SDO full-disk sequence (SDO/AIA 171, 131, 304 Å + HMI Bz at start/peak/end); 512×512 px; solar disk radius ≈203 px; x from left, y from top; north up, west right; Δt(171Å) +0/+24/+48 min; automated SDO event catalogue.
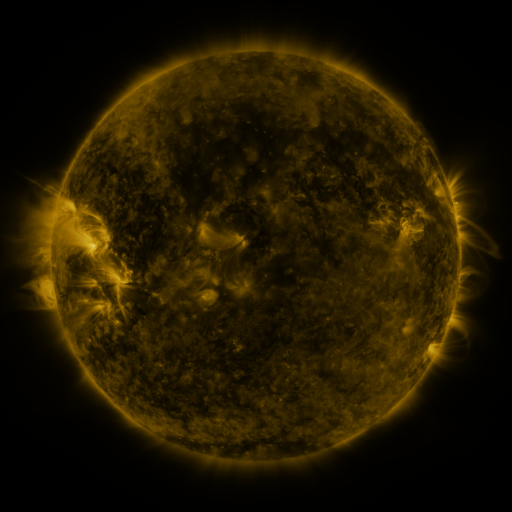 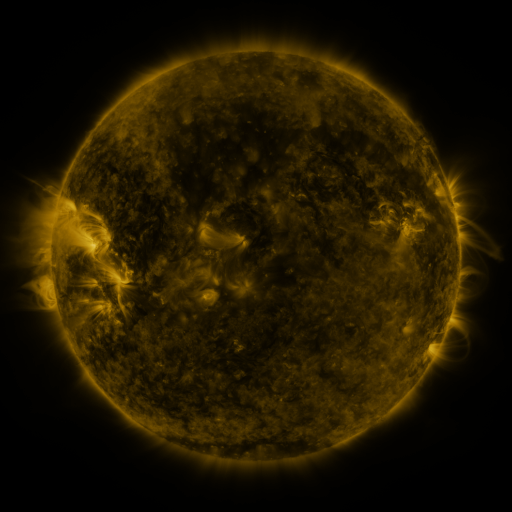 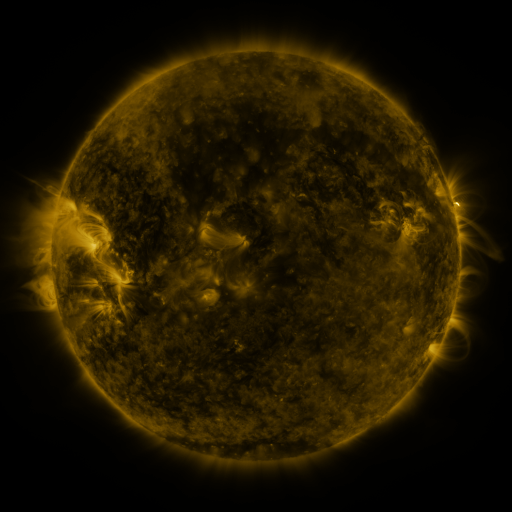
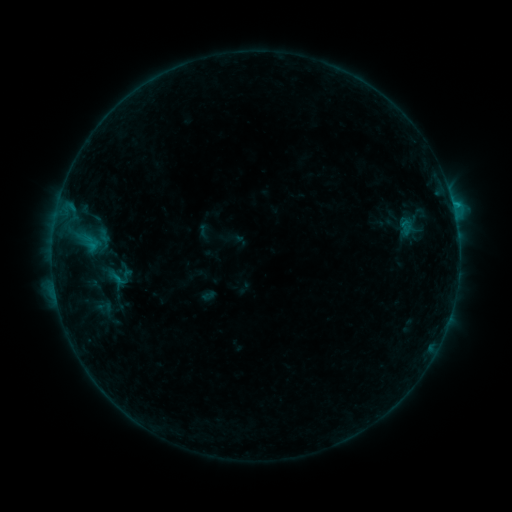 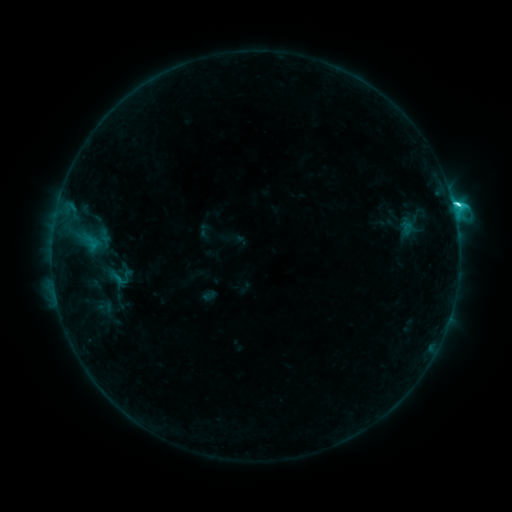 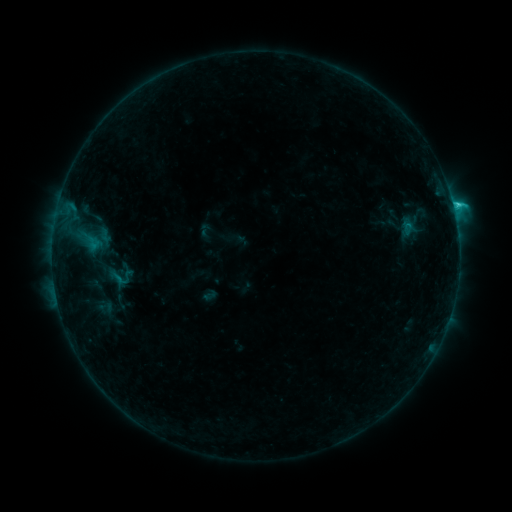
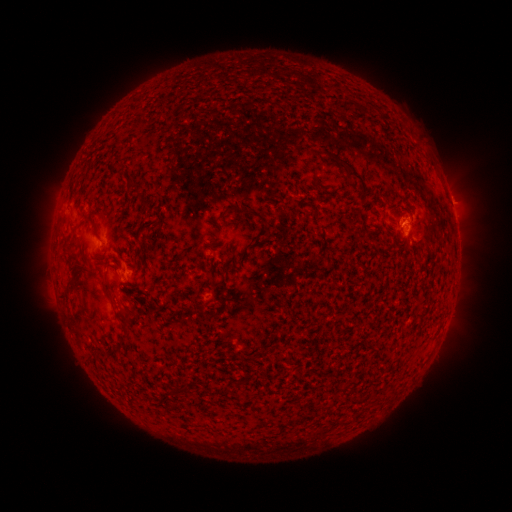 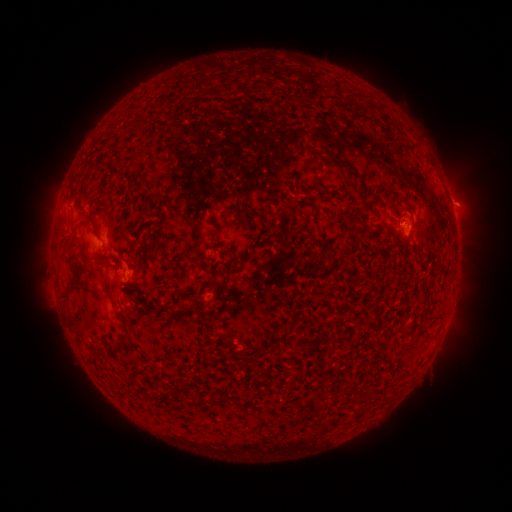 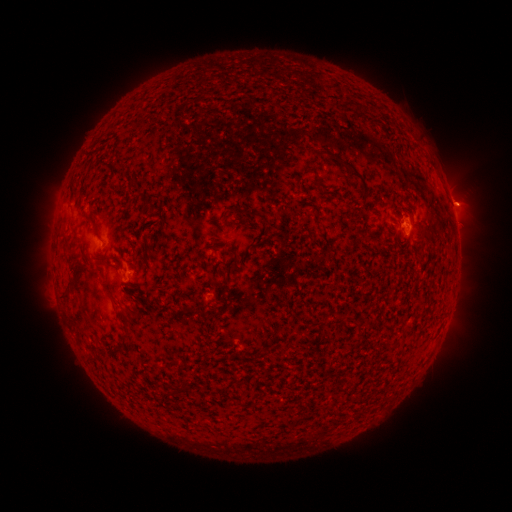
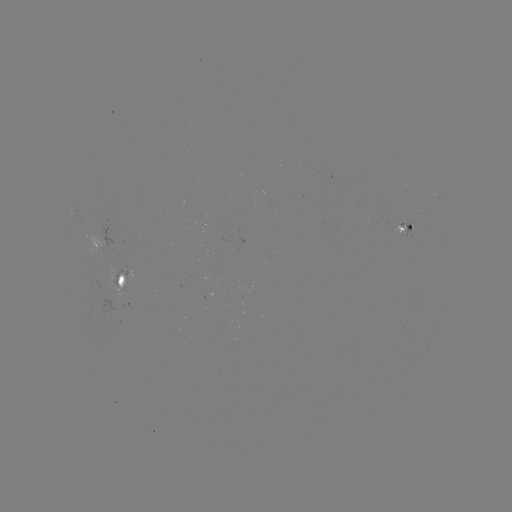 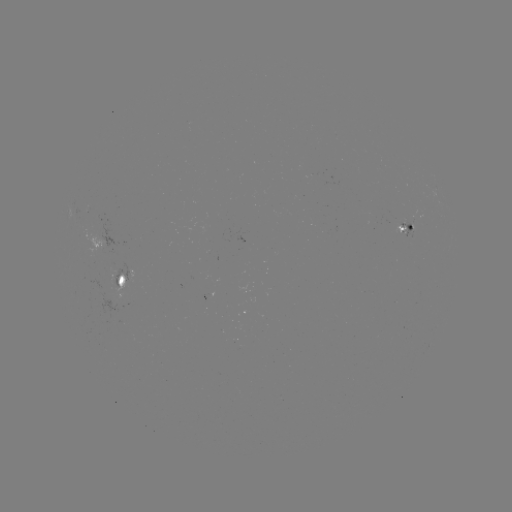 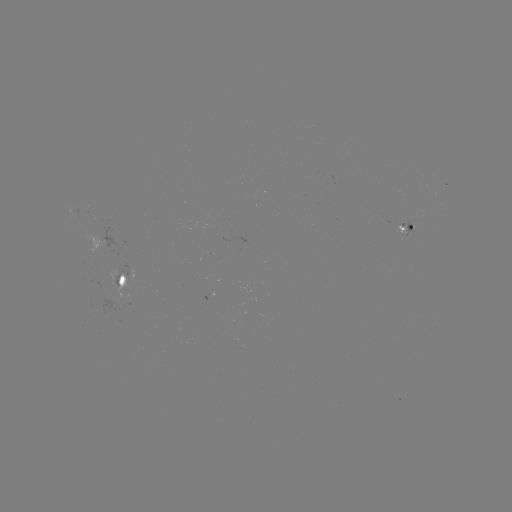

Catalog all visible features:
C3.0 flare: (453, 206)
